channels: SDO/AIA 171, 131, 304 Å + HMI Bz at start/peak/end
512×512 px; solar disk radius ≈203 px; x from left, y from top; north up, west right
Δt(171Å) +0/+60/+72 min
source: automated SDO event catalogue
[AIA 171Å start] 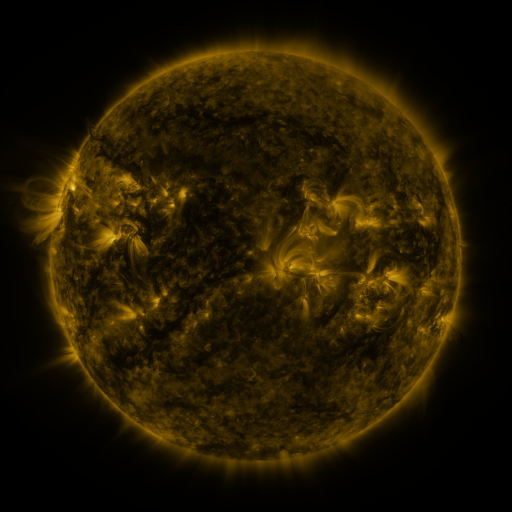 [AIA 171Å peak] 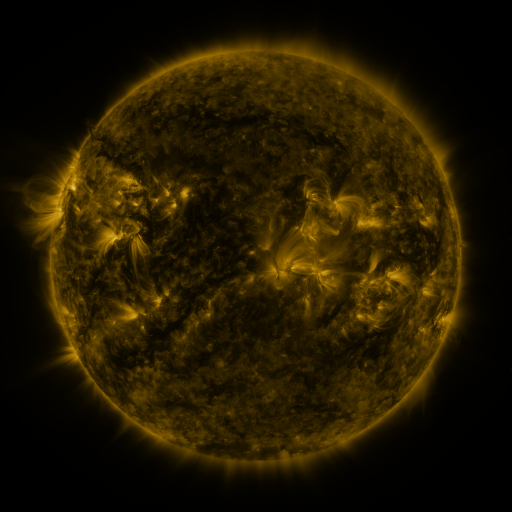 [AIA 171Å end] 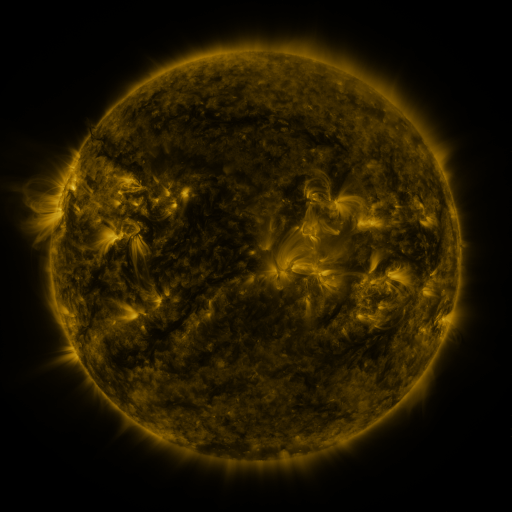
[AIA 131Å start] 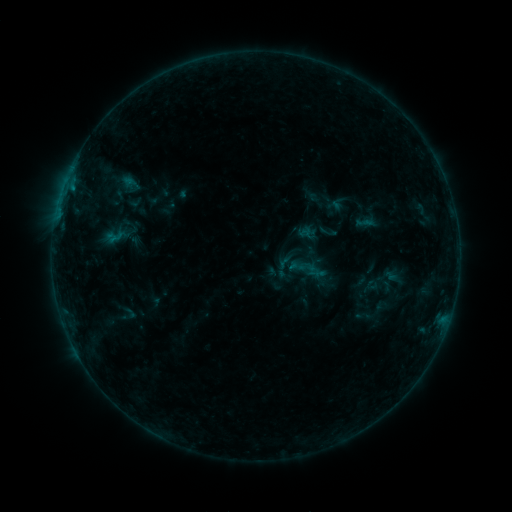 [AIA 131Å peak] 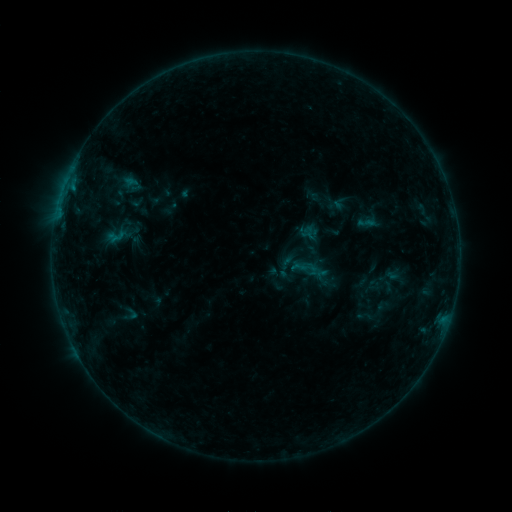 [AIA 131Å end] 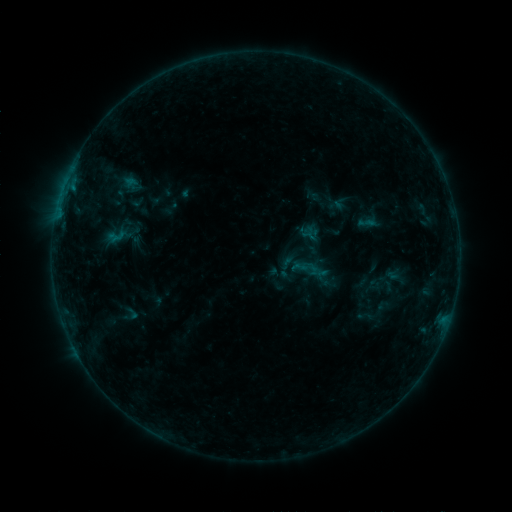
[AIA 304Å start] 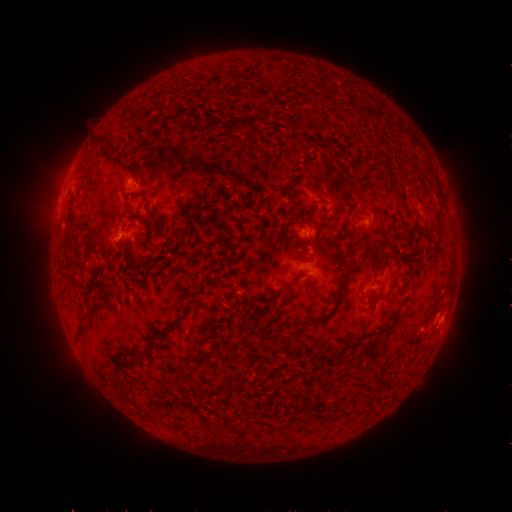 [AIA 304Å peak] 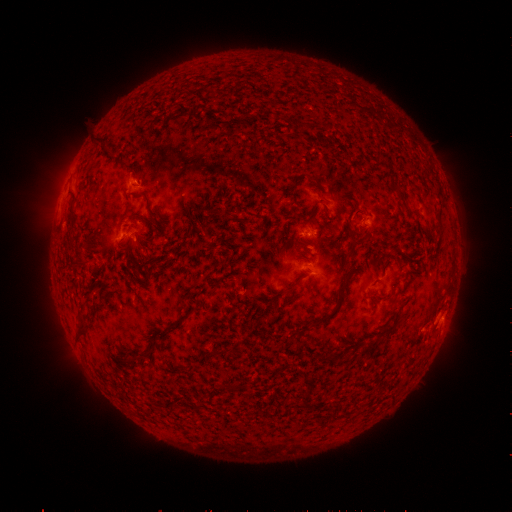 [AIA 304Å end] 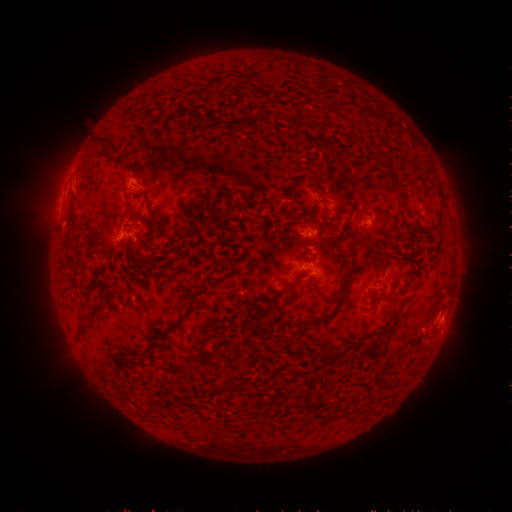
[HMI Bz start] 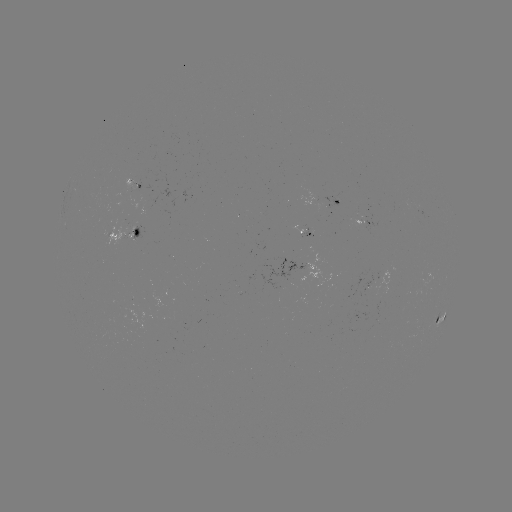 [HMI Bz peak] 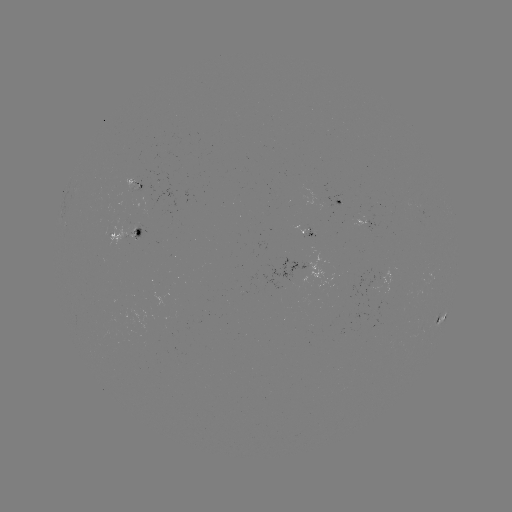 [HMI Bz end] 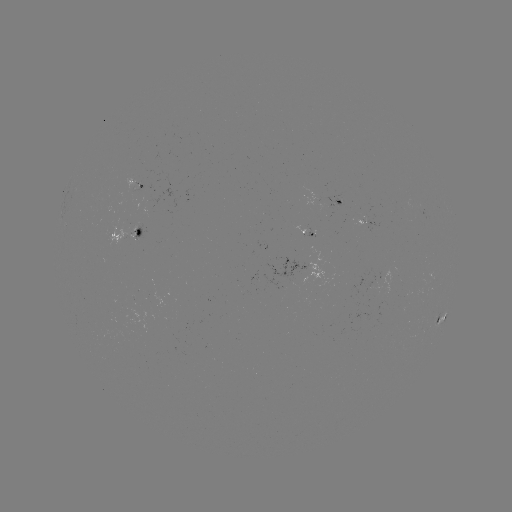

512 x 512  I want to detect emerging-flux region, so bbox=[125, 180, 138, 194].